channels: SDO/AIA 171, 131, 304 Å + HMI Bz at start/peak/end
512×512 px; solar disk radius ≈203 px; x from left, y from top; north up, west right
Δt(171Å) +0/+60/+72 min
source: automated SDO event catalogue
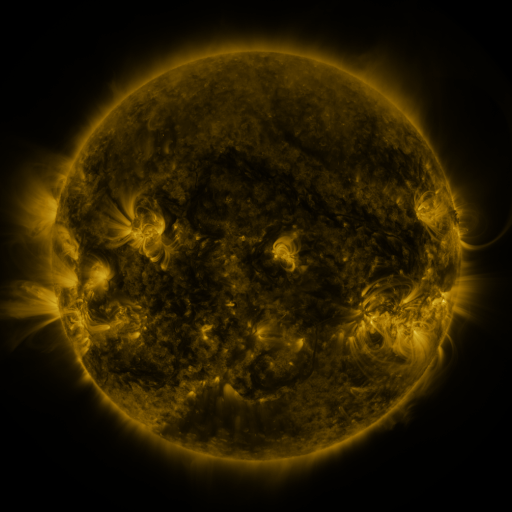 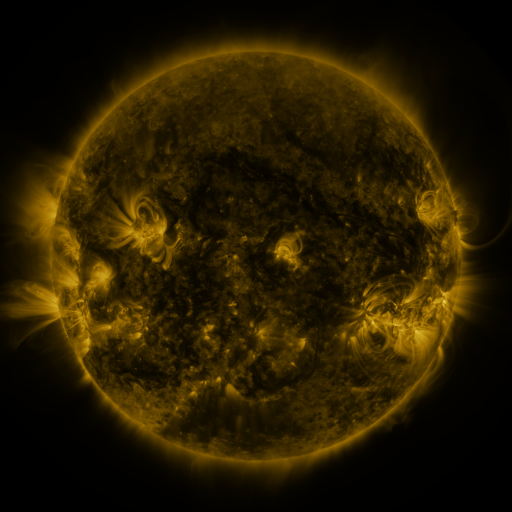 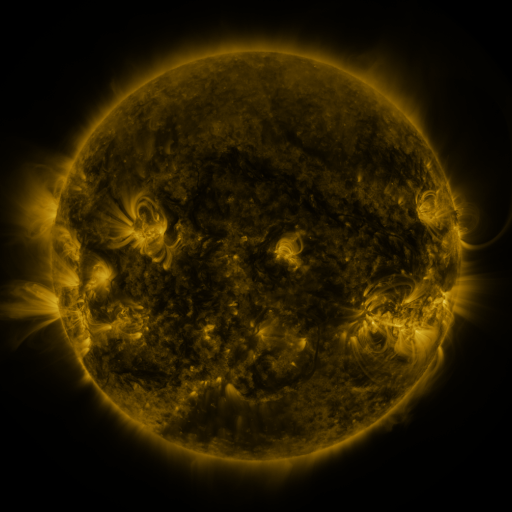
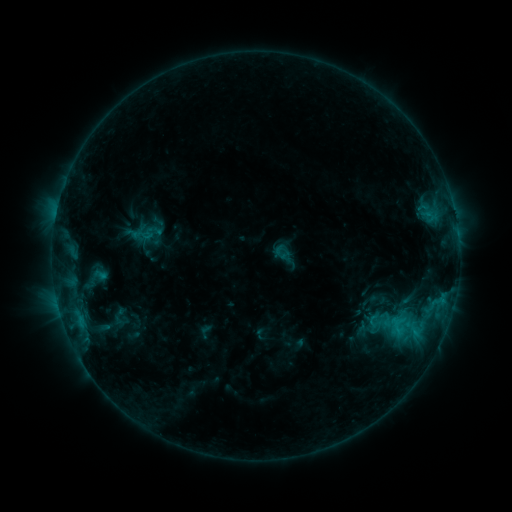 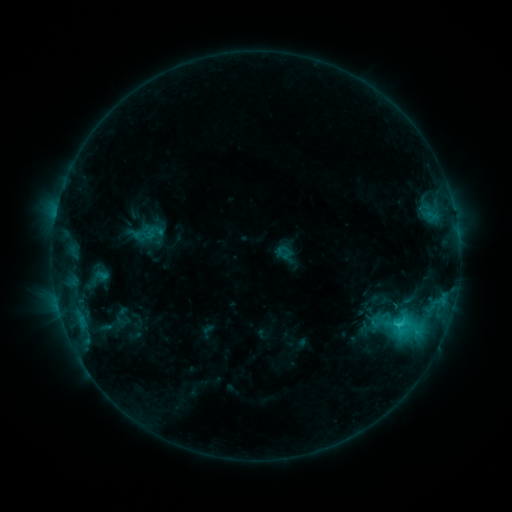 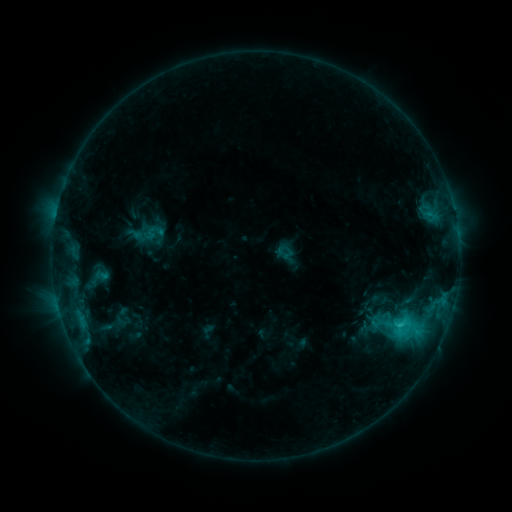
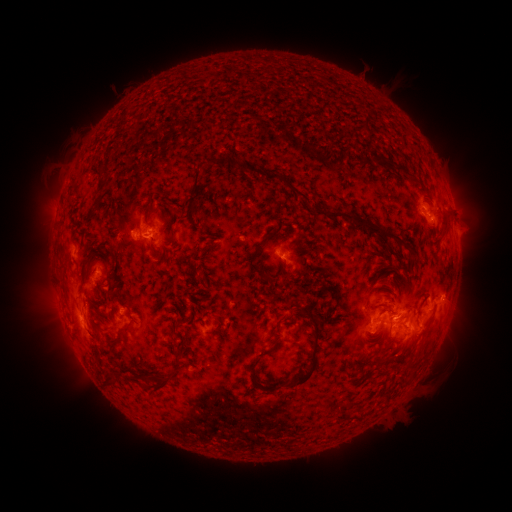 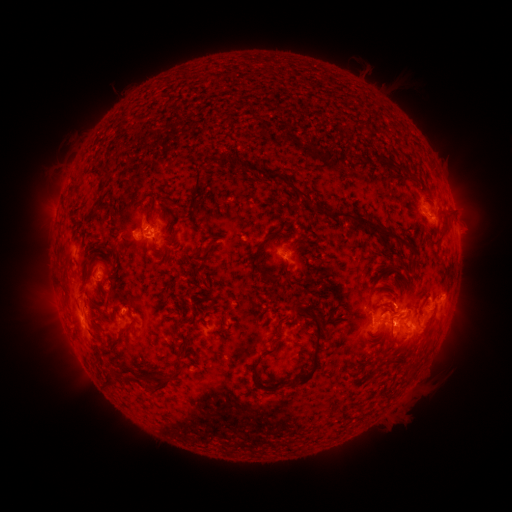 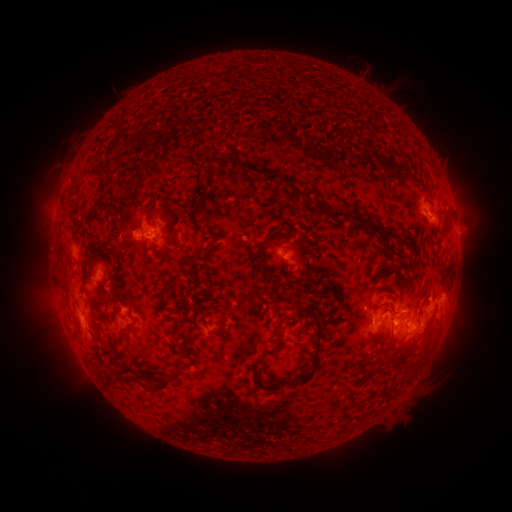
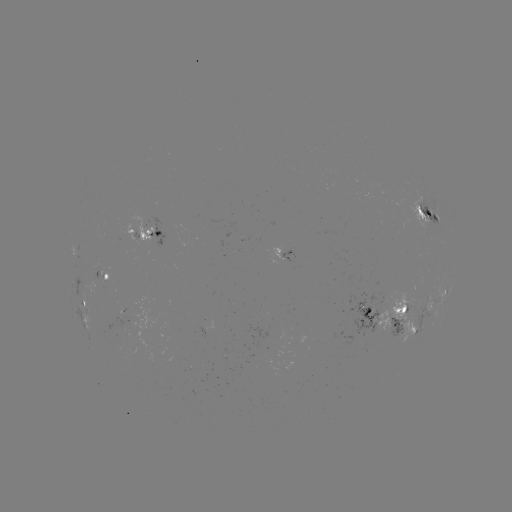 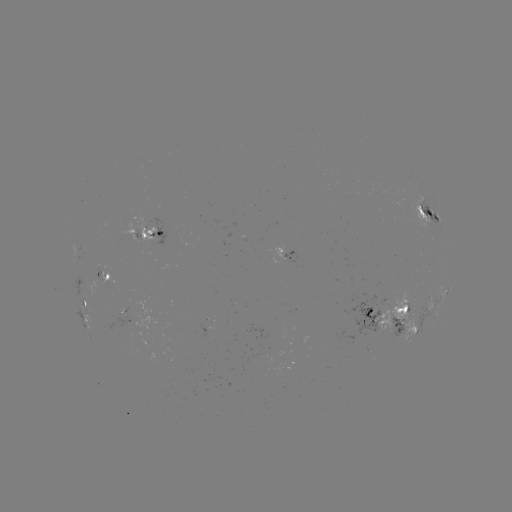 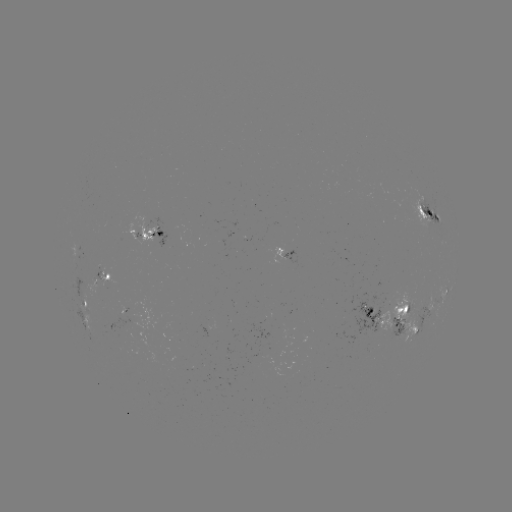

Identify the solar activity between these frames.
emerging-flux region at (280, 252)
